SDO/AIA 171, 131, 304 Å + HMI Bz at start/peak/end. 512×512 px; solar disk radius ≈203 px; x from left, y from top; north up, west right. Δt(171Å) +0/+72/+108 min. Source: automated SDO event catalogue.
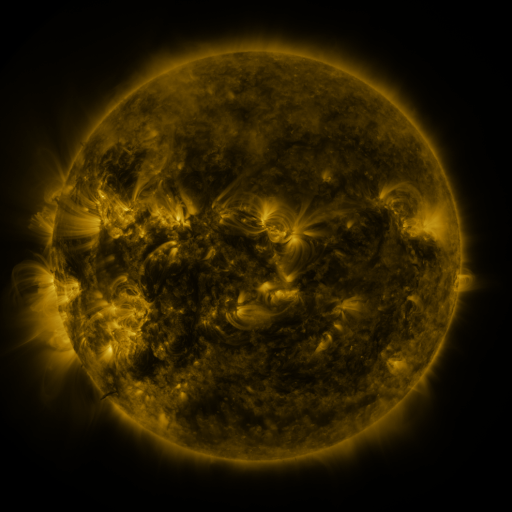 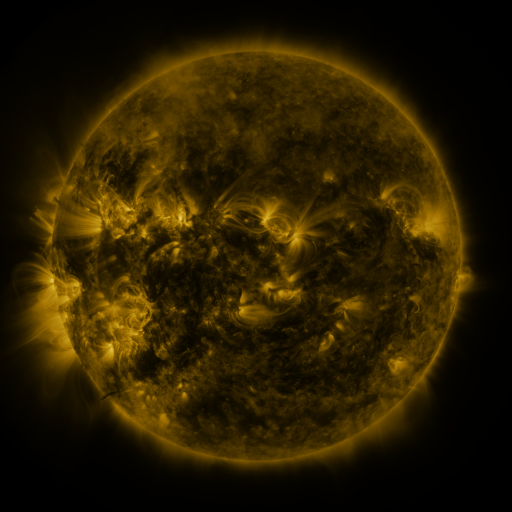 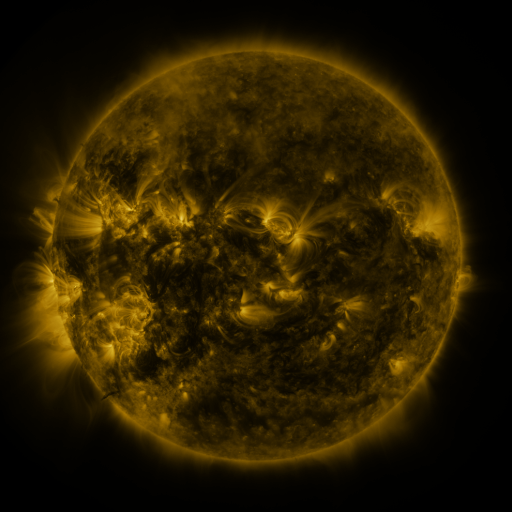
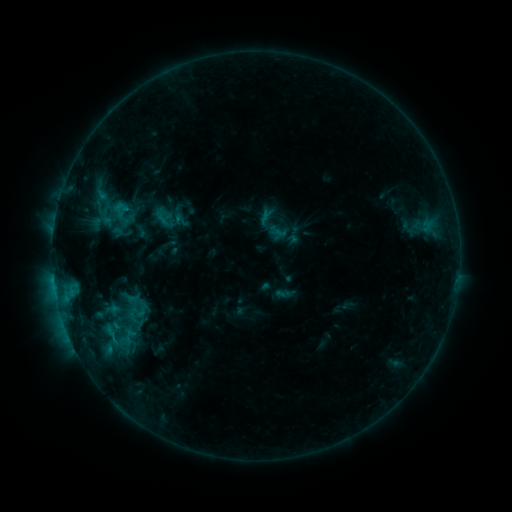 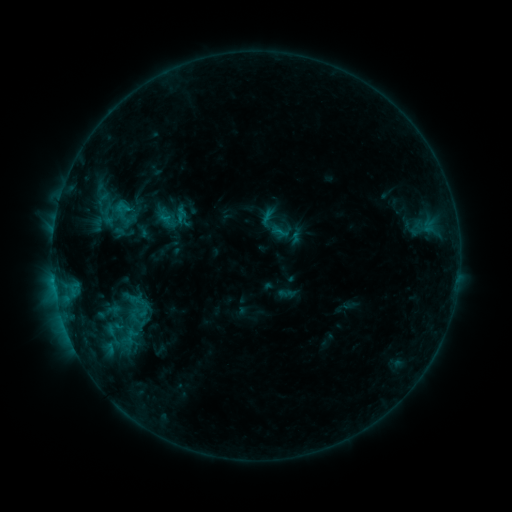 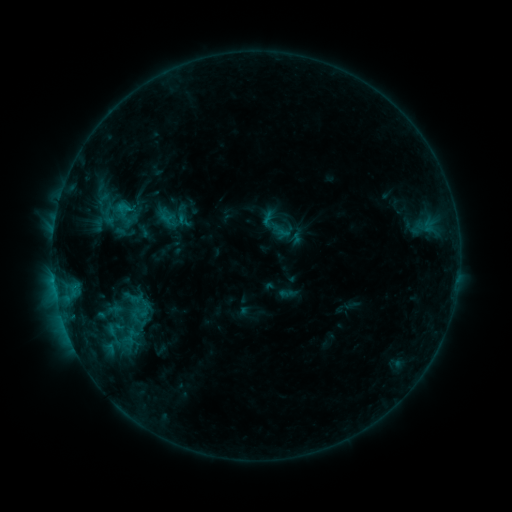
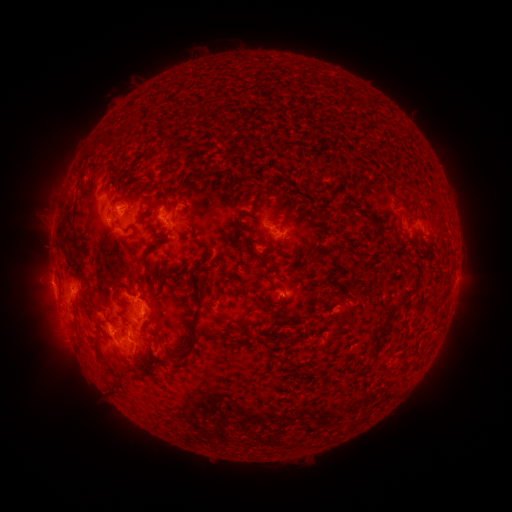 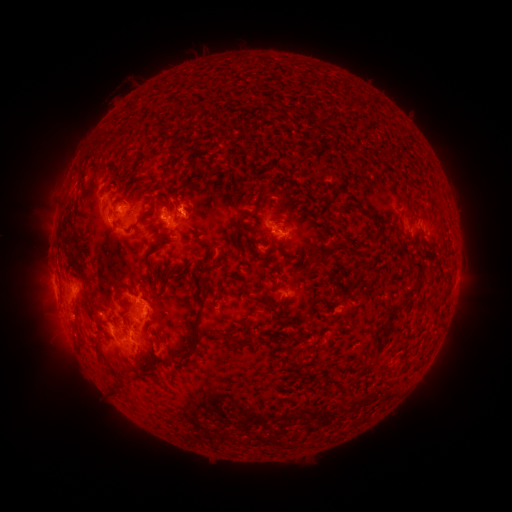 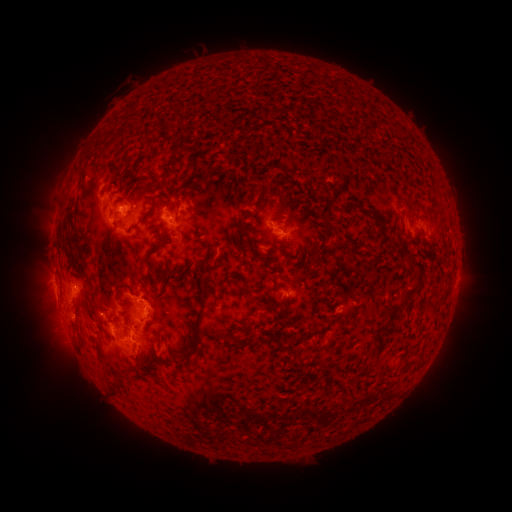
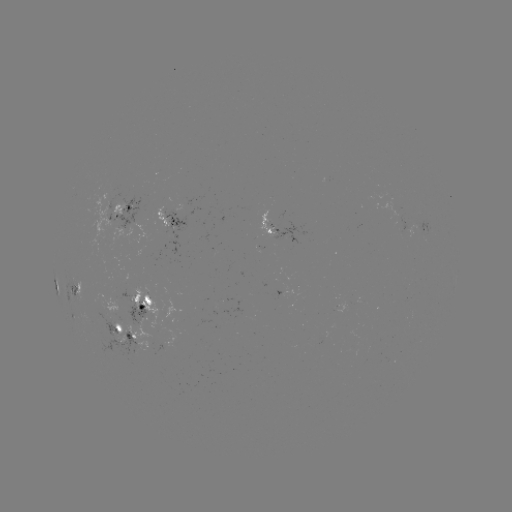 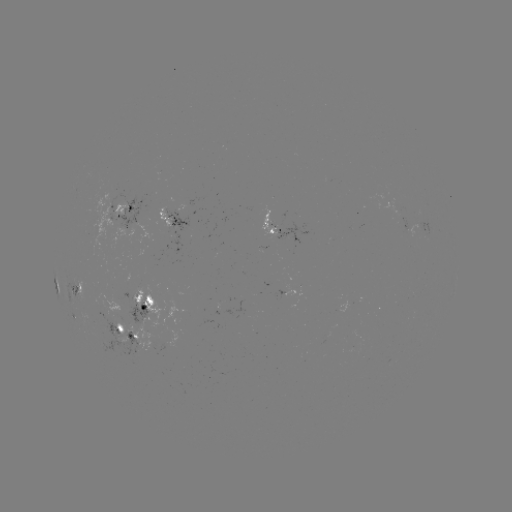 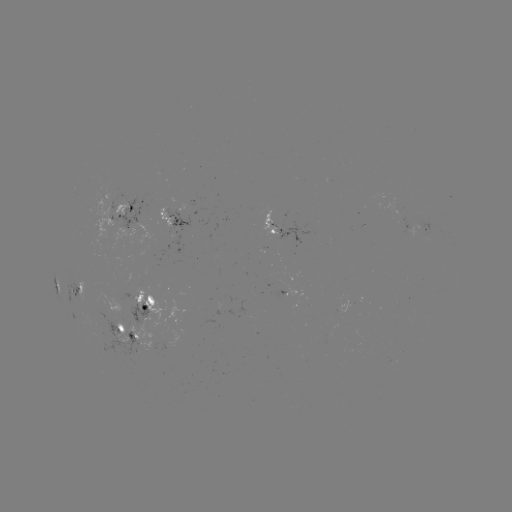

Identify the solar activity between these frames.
emerging-flux region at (99, 217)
